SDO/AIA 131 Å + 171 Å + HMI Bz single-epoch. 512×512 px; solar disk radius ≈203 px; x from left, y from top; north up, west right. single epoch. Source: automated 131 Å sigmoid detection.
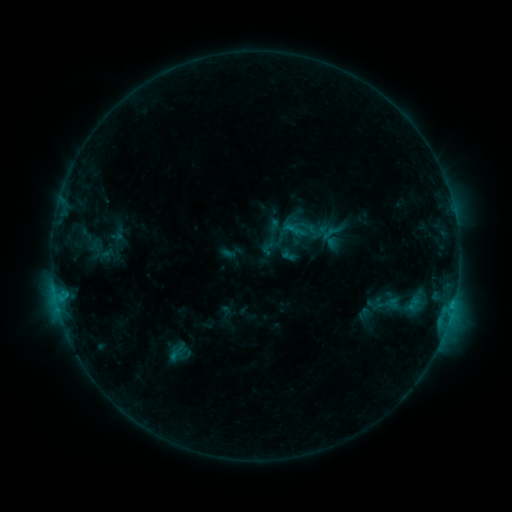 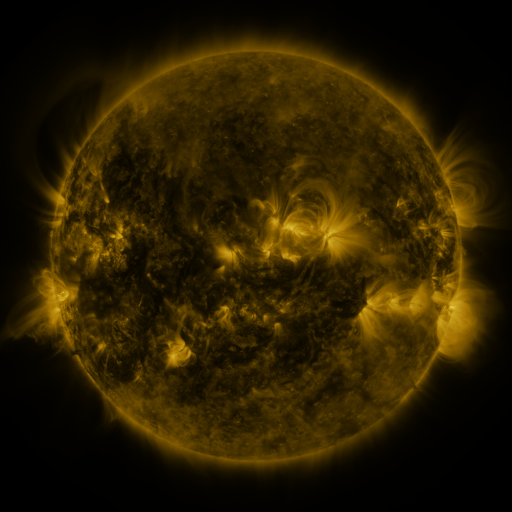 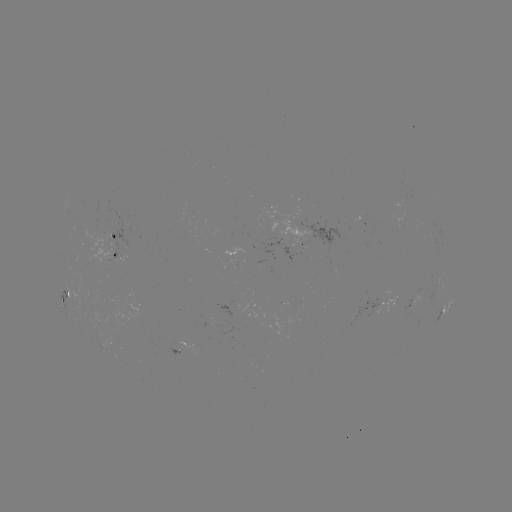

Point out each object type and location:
sigmoid: (234, 311)
